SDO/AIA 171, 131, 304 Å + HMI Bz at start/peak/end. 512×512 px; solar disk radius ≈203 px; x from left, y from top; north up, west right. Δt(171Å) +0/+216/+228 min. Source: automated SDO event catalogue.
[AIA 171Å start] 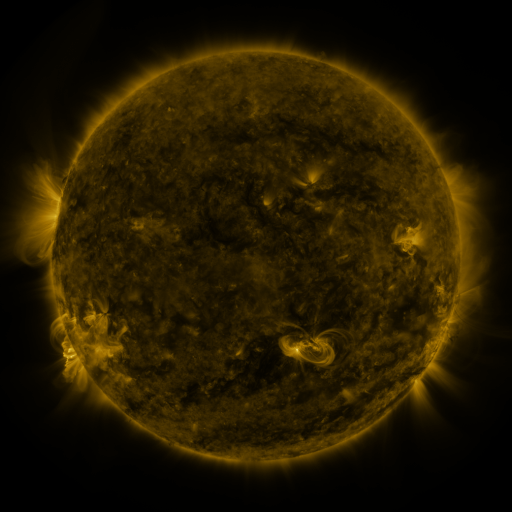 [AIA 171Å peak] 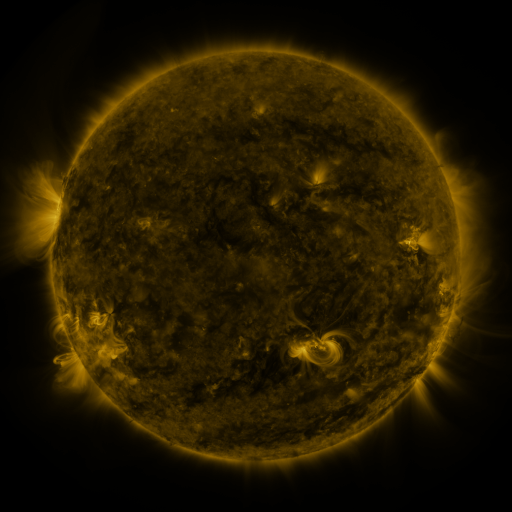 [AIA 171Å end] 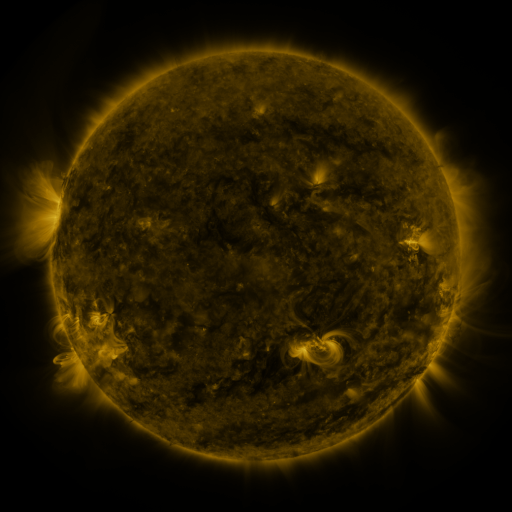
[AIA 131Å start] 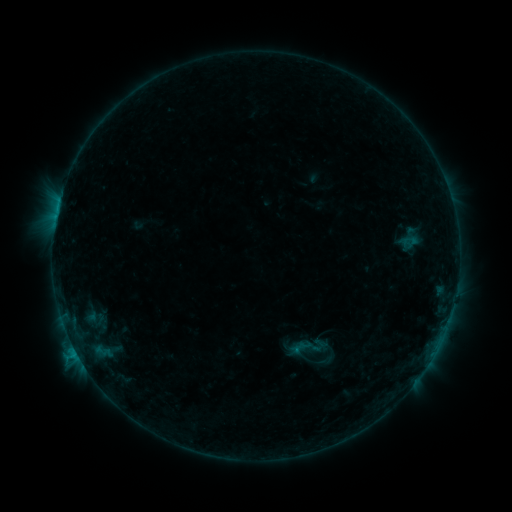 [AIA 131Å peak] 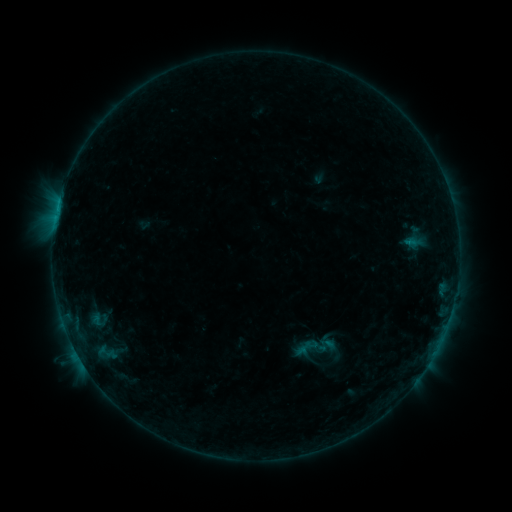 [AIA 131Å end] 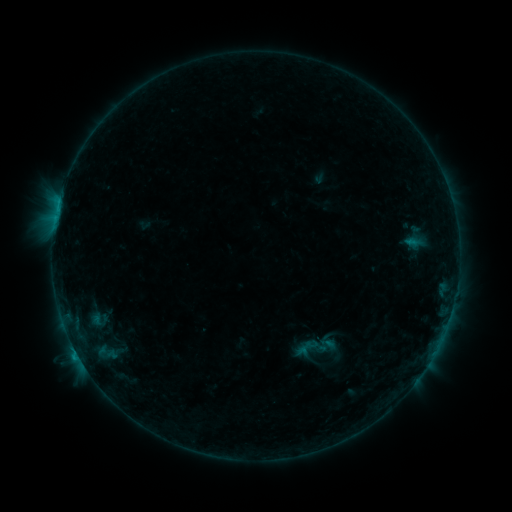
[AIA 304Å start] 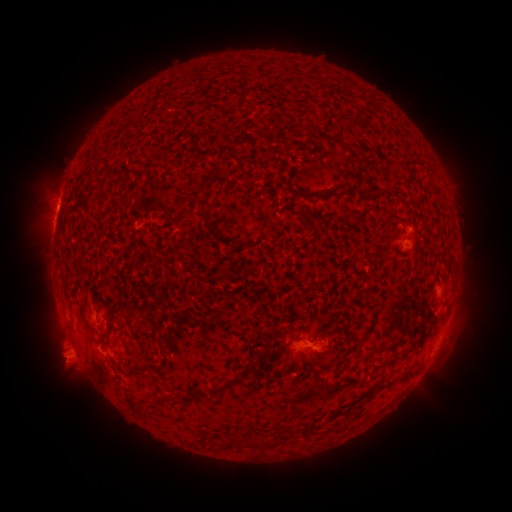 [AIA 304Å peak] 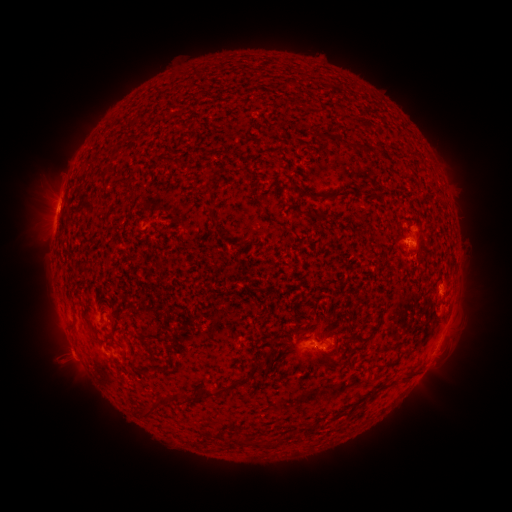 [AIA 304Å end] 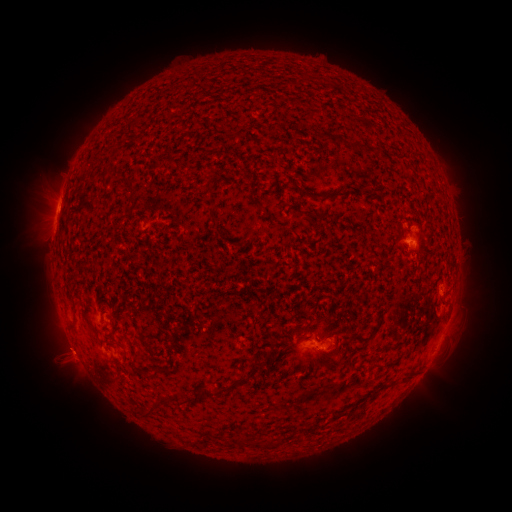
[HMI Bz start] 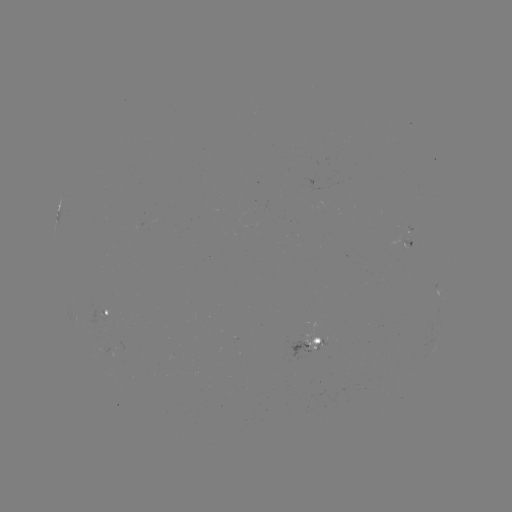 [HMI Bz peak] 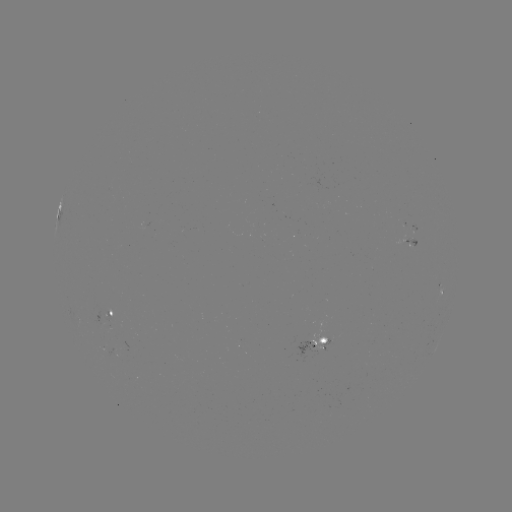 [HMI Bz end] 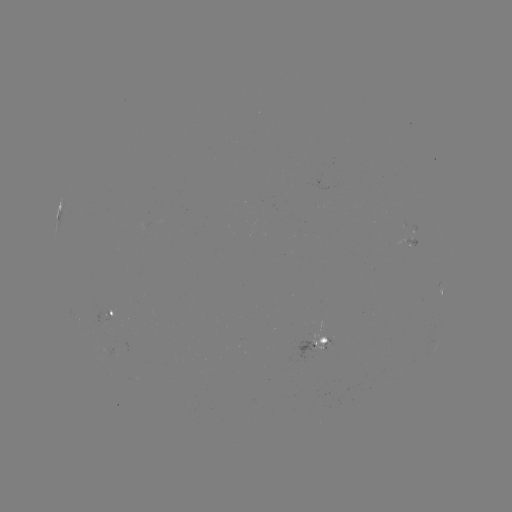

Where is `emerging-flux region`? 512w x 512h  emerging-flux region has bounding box [404, 239, 417, 247].